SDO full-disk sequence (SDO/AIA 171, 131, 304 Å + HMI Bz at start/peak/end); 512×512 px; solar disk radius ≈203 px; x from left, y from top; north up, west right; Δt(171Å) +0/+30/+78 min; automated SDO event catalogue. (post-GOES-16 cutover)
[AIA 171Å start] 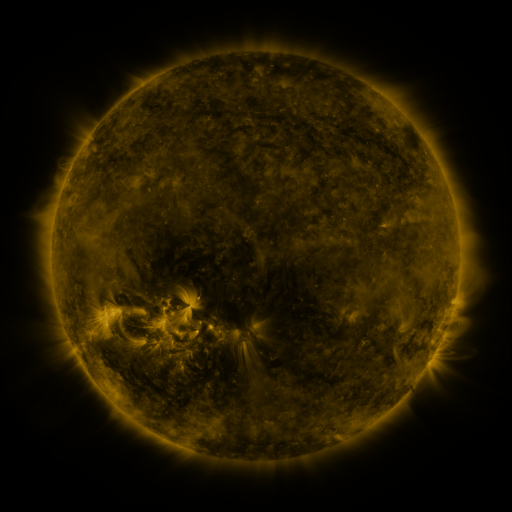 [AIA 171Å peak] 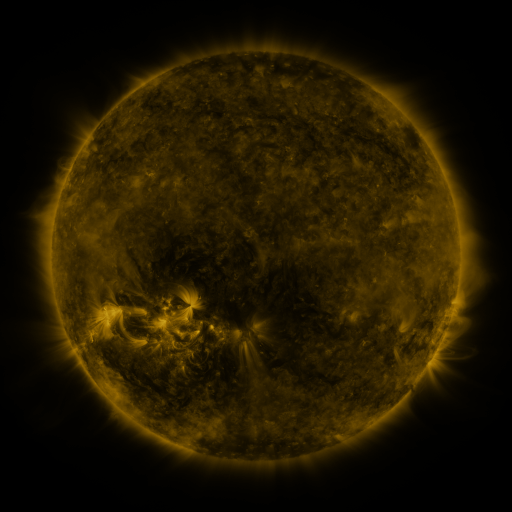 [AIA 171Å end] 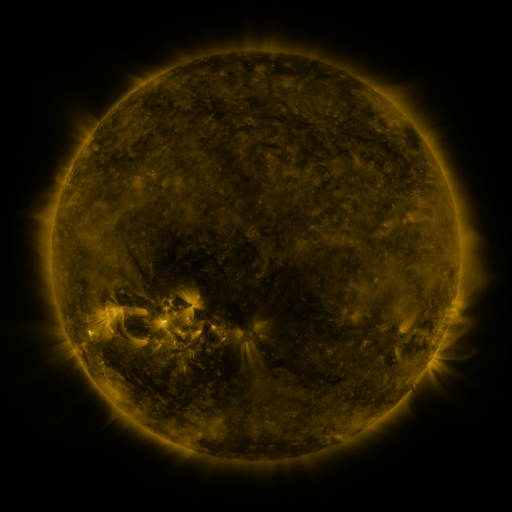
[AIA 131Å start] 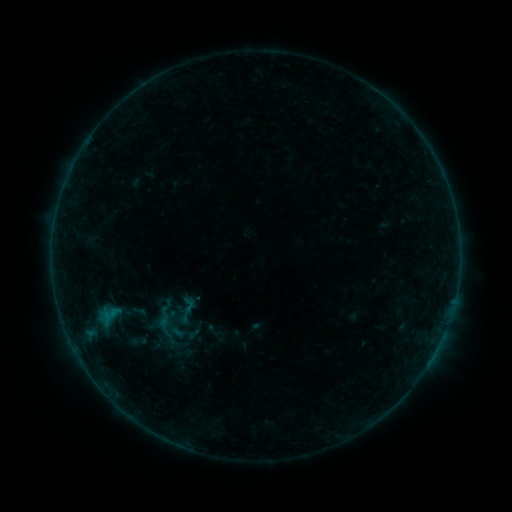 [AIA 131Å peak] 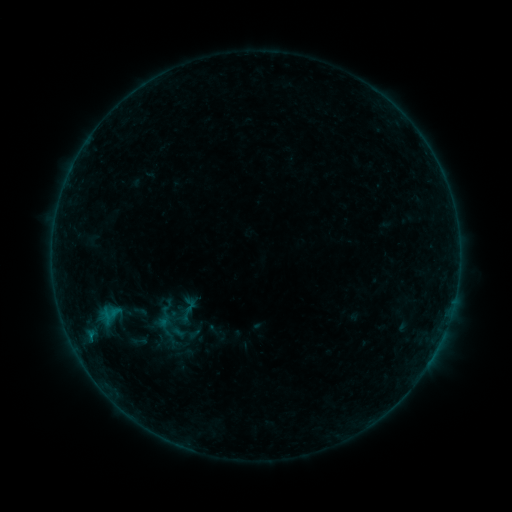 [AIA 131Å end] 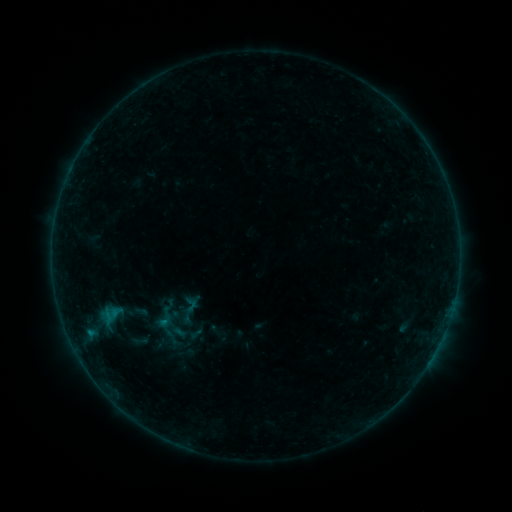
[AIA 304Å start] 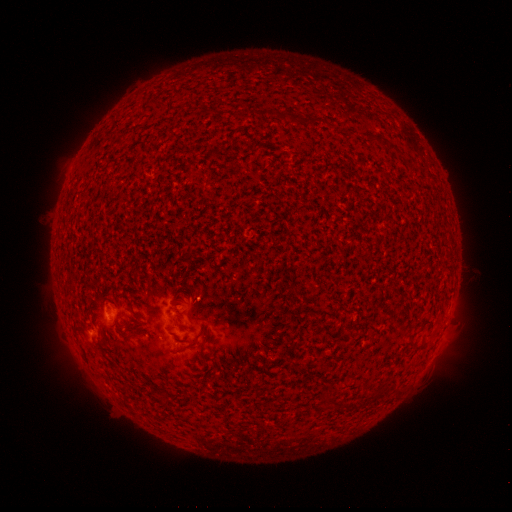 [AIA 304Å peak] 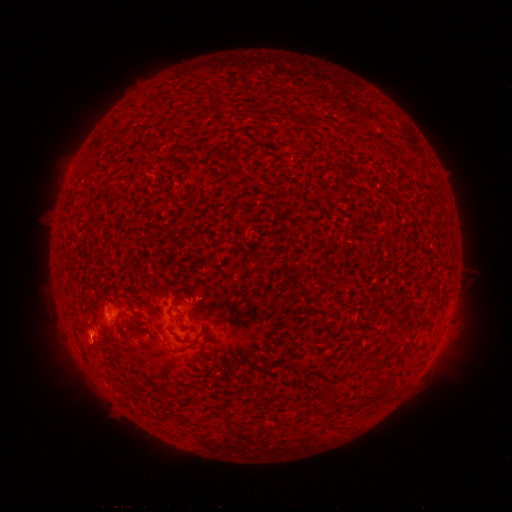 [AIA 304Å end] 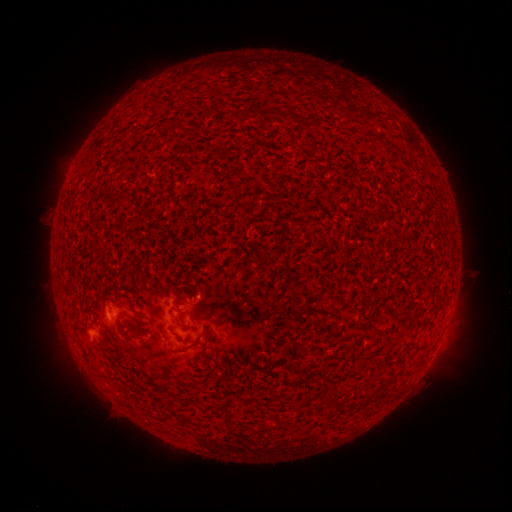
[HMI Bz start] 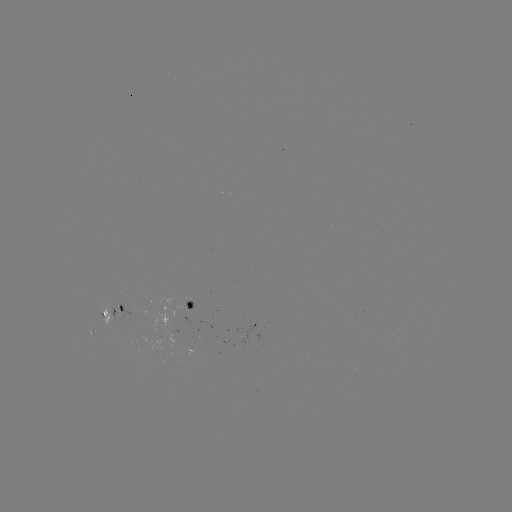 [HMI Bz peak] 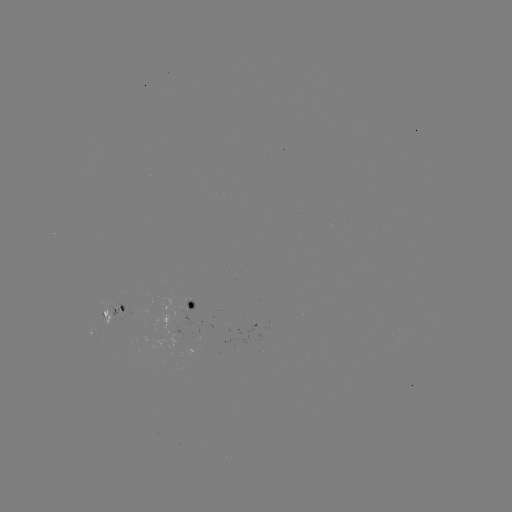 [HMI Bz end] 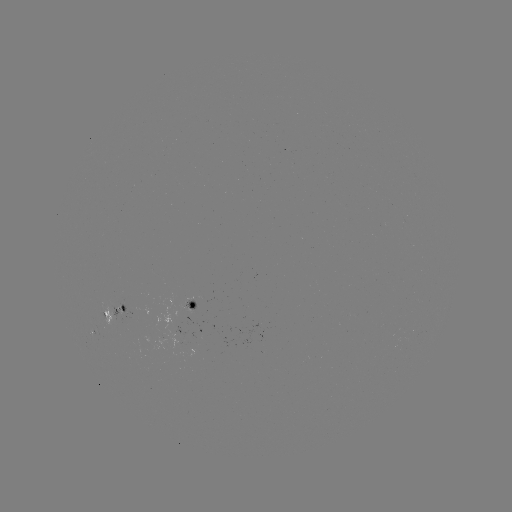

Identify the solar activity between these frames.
B2.0 flare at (91, 335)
